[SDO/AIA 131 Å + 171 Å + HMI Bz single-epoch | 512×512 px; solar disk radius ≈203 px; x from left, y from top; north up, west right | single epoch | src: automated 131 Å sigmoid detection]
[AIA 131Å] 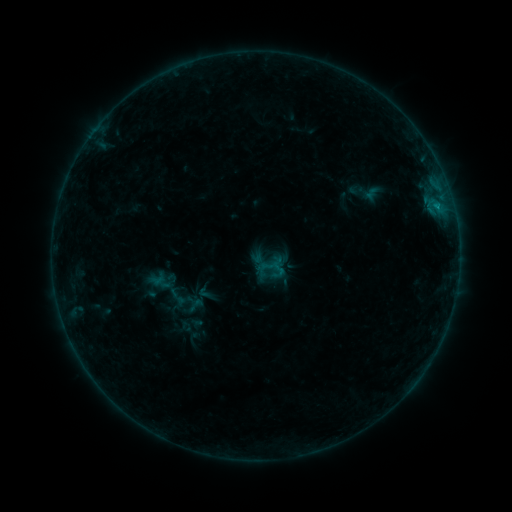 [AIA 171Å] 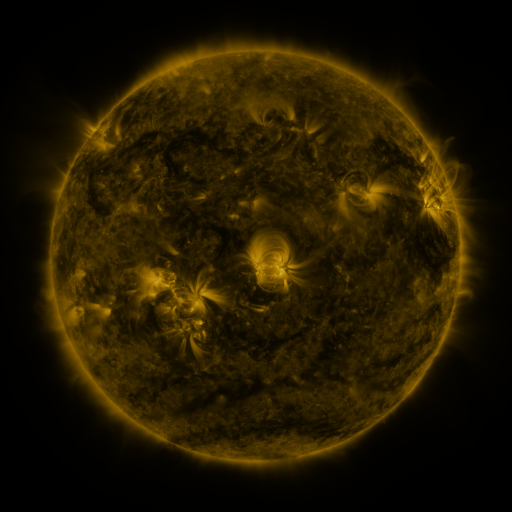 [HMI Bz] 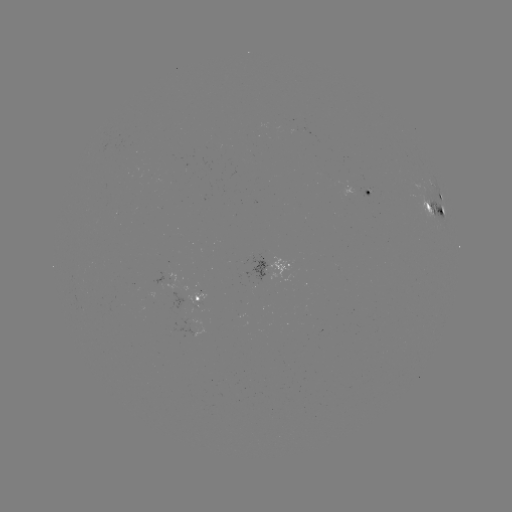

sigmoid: [185, 296, 206, 314]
